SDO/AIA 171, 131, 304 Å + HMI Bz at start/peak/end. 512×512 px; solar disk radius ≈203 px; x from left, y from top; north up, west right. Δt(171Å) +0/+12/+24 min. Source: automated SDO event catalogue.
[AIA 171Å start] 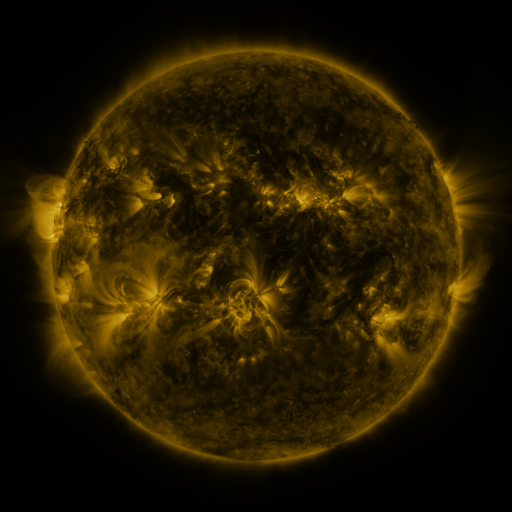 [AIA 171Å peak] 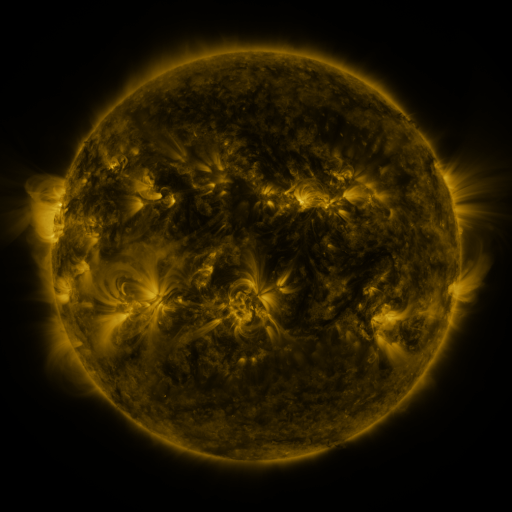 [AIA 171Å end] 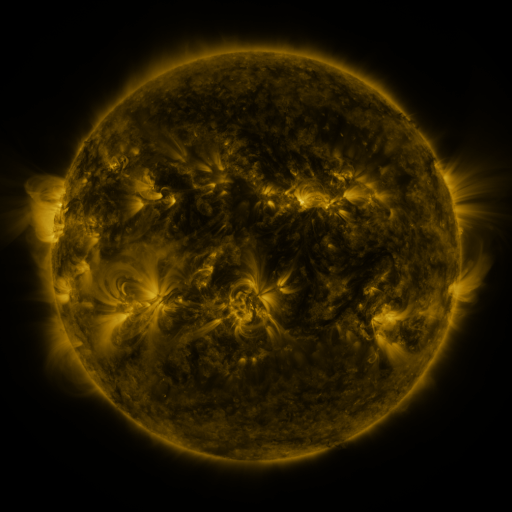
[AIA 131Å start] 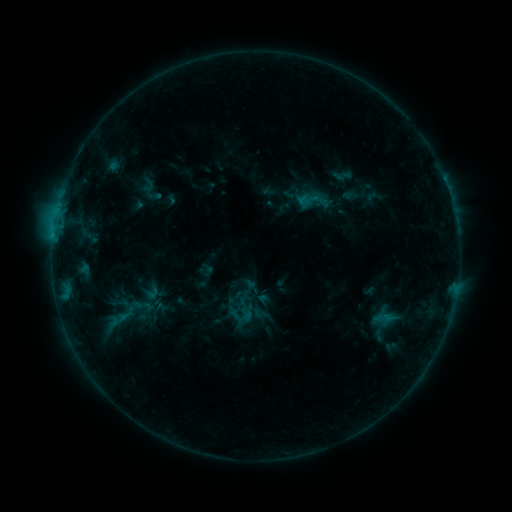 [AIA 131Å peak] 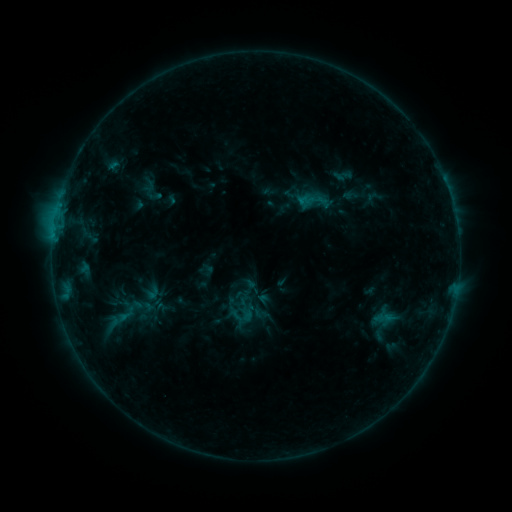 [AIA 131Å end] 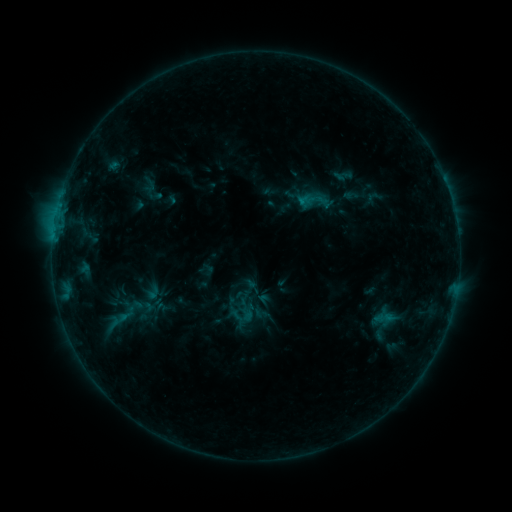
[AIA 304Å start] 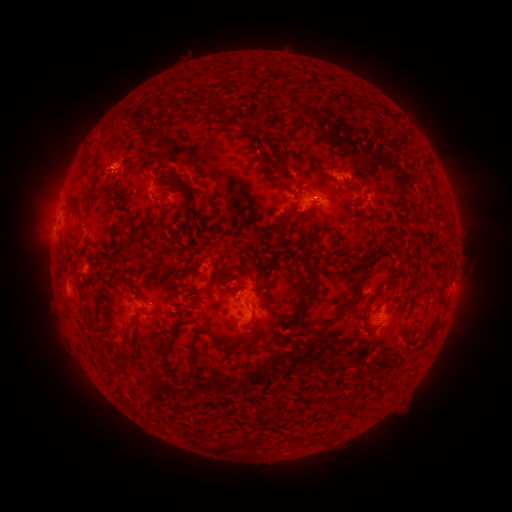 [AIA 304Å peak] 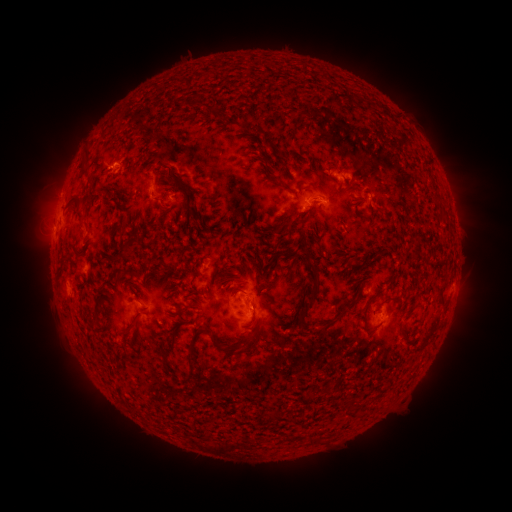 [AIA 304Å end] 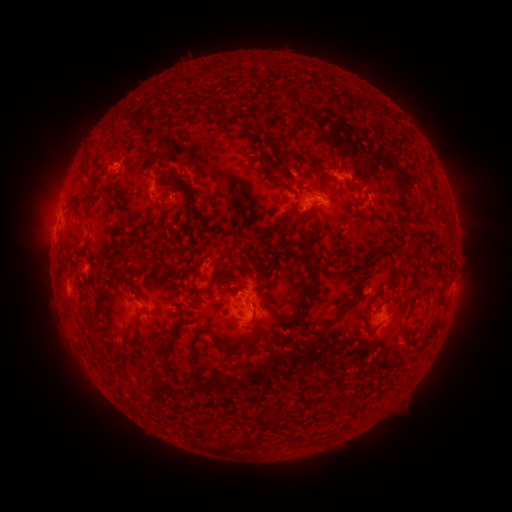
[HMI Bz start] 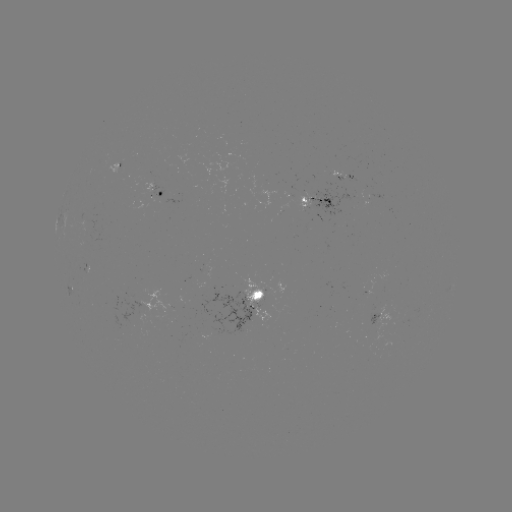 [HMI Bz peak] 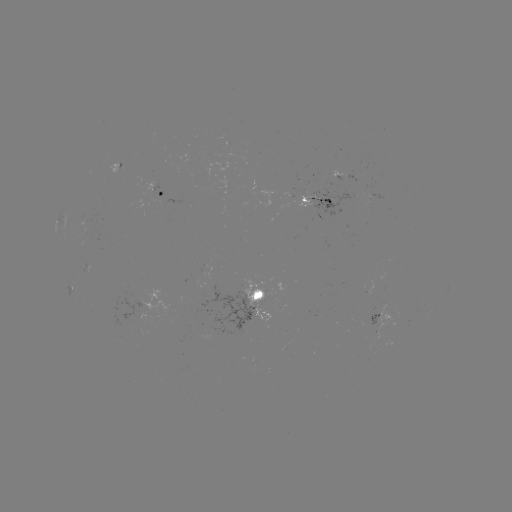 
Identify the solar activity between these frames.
no catalogued flare and no flagged EUV brightening in this window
